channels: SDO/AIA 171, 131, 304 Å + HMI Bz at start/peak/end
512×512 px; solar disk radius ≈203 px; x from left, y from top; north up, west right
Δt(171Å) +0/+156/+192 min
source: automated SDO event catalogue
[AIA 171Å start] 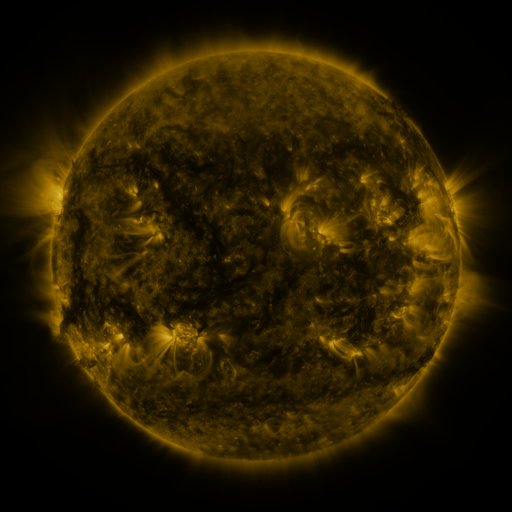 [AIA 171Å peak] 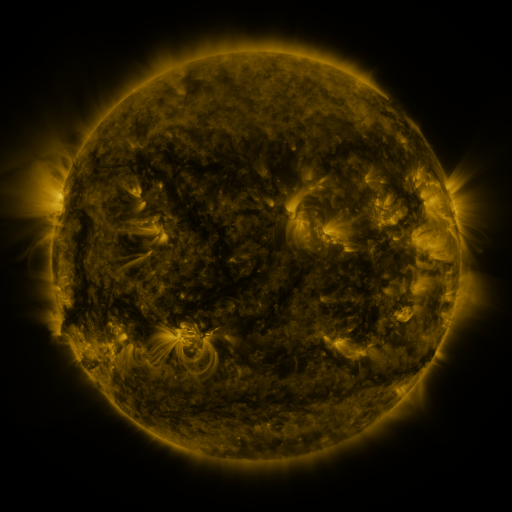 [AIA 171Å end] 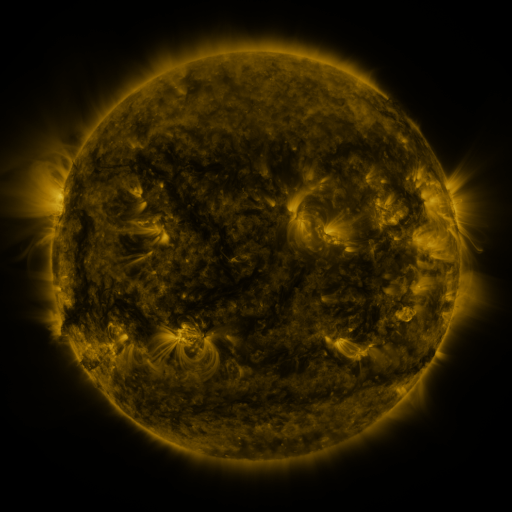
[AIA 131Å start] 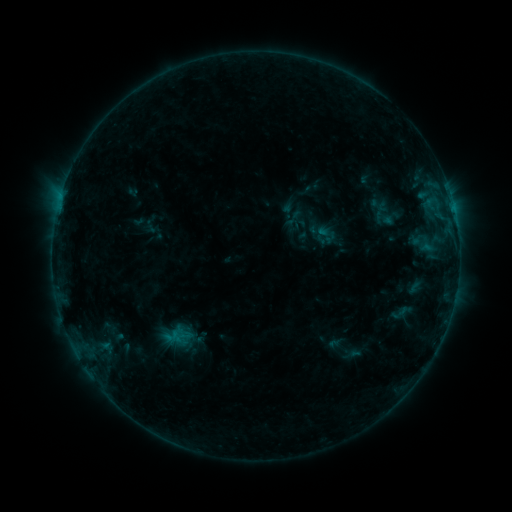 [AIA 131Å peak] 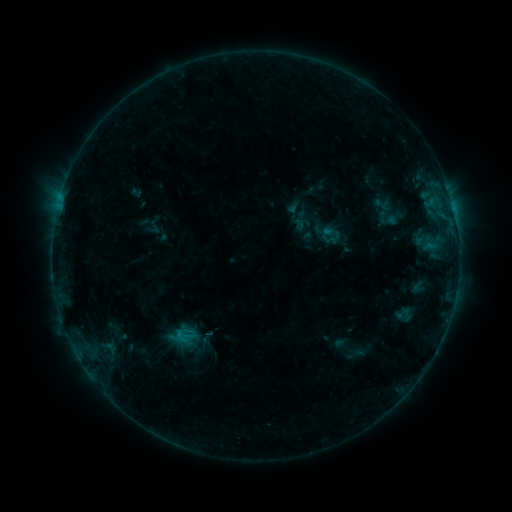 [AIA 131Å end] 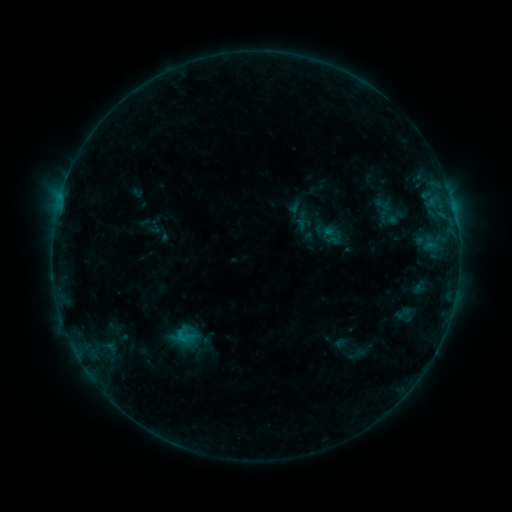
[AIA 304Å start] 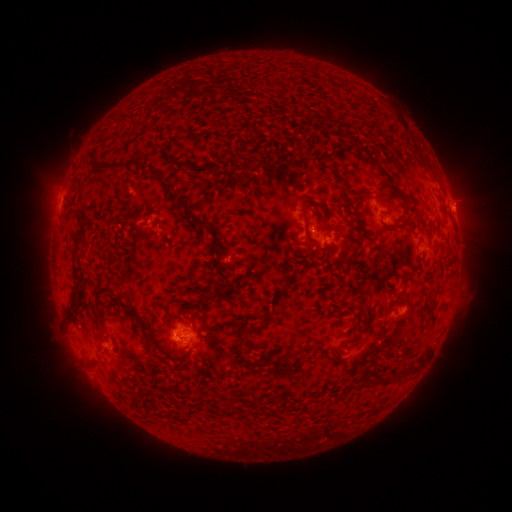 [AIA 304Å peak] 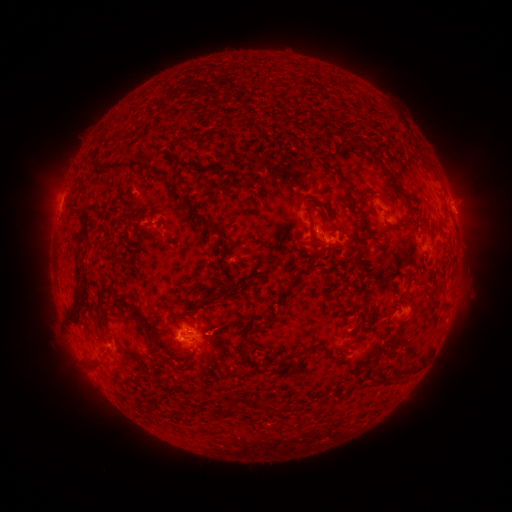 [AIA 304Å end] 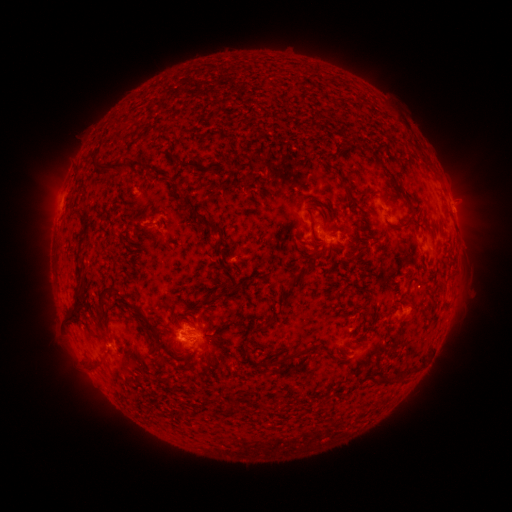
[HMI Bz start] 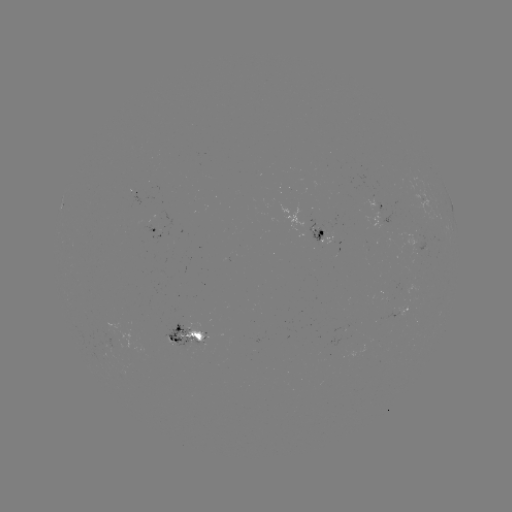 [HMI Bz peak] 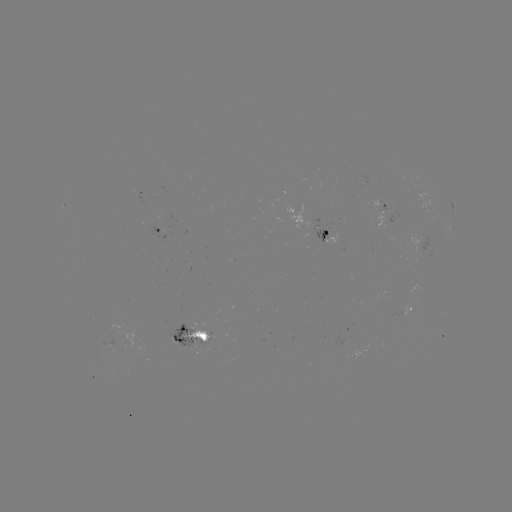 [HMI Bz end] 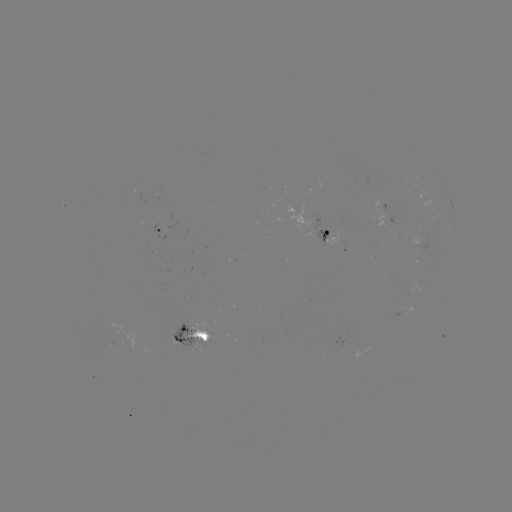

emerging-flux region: (164, 319, 213, 351)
